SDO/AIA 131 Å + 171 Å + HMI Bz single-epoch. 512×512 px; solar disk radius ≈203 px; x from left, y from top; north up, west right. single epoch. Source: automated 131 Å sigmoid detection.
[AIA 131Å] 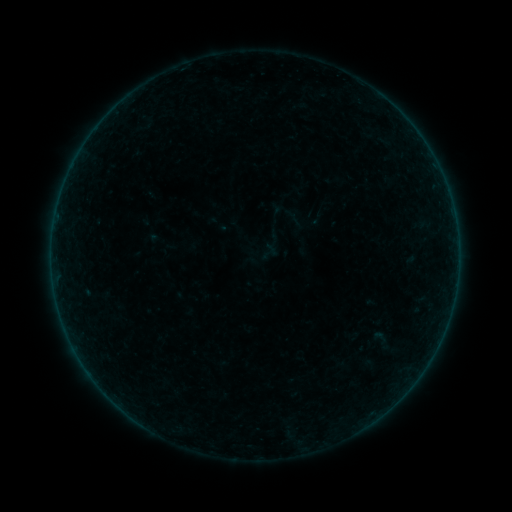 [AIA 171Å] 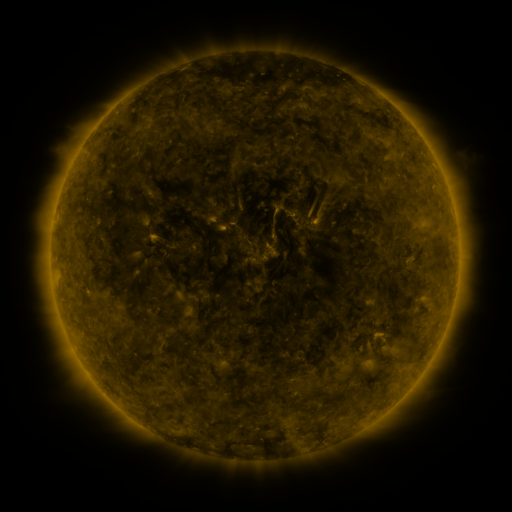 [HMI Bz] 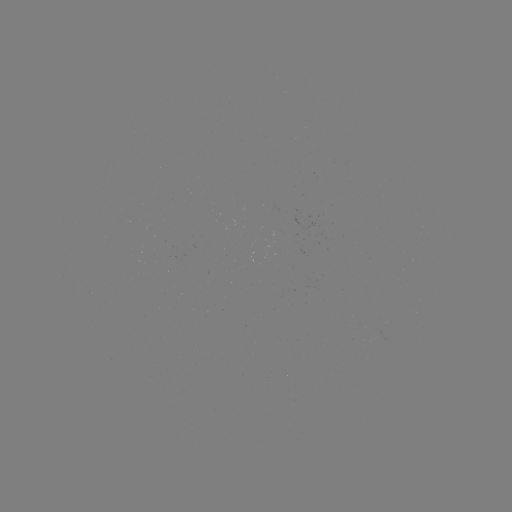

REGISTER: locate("sigmoid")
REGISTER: [270, 252]